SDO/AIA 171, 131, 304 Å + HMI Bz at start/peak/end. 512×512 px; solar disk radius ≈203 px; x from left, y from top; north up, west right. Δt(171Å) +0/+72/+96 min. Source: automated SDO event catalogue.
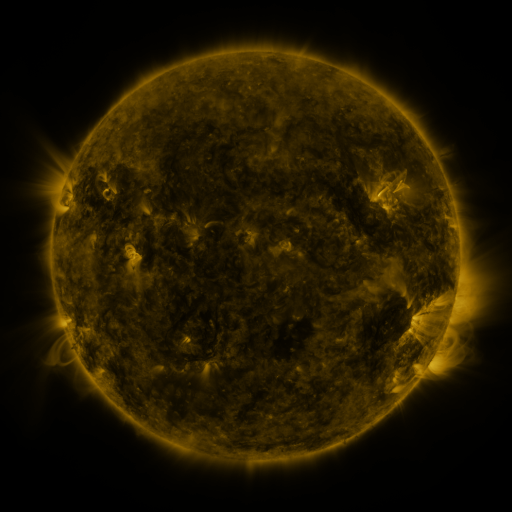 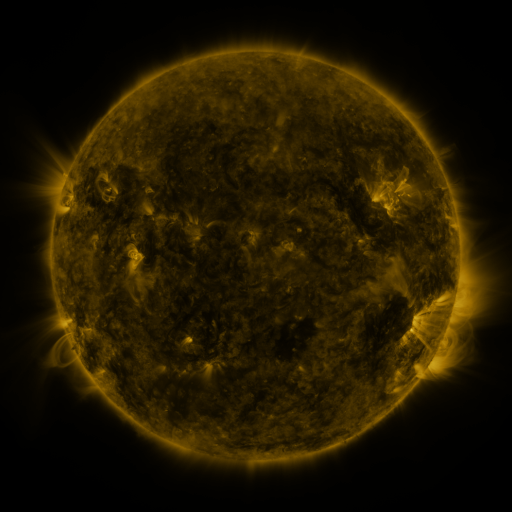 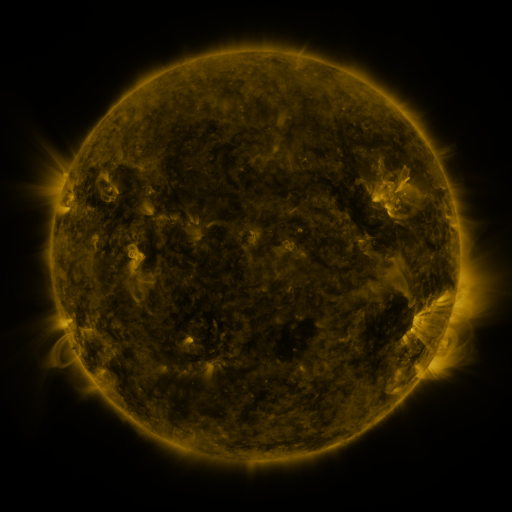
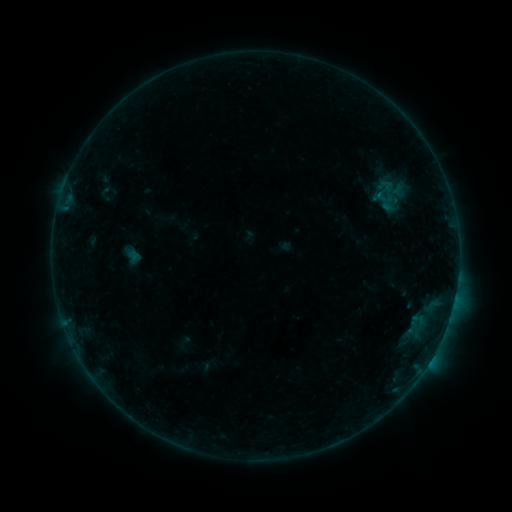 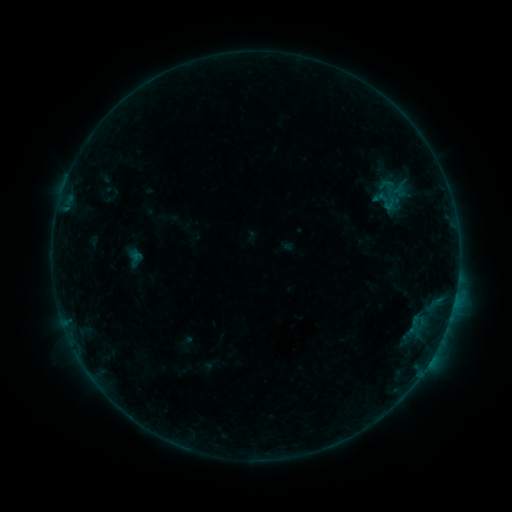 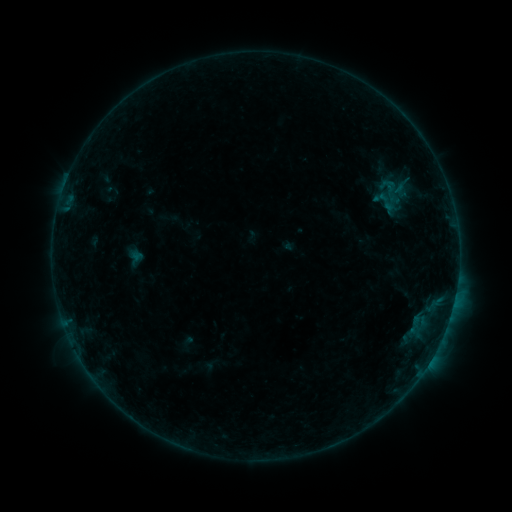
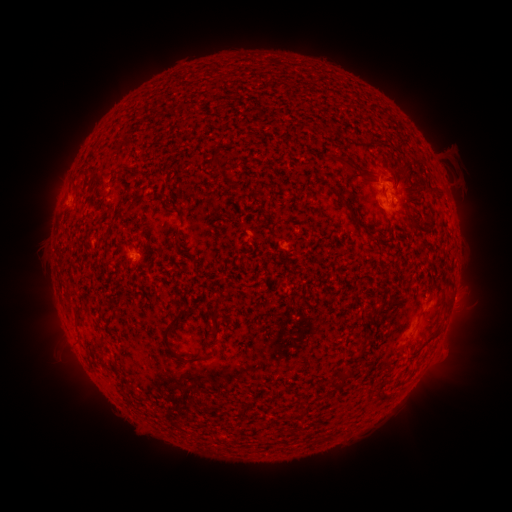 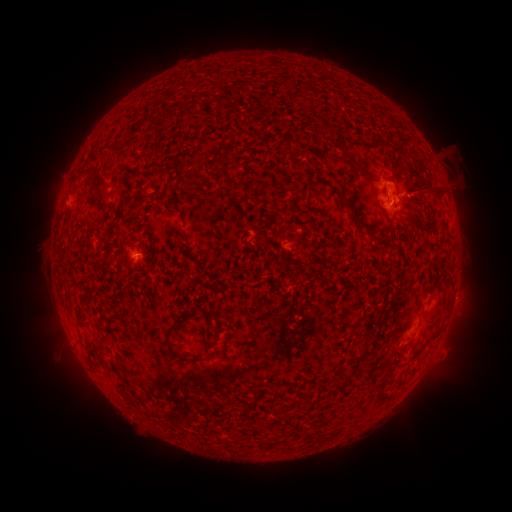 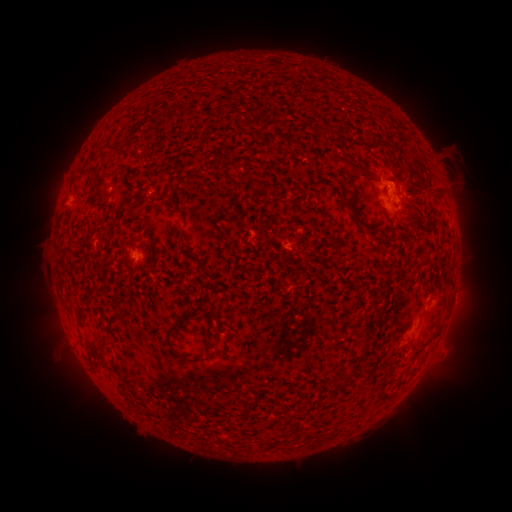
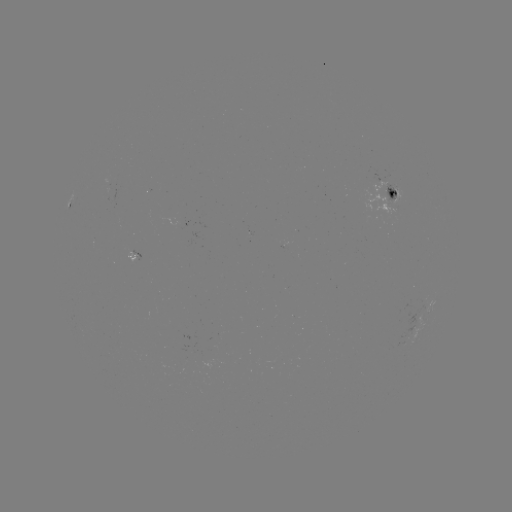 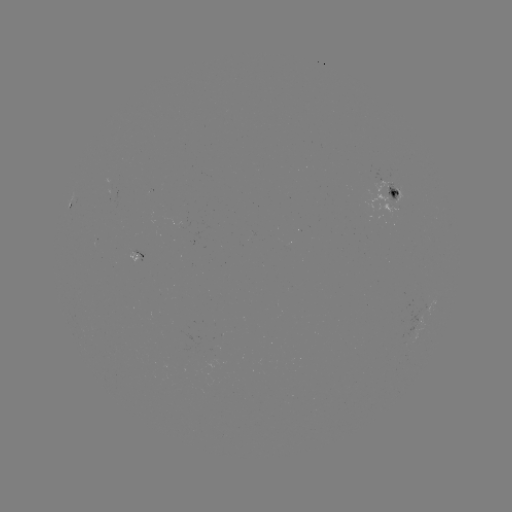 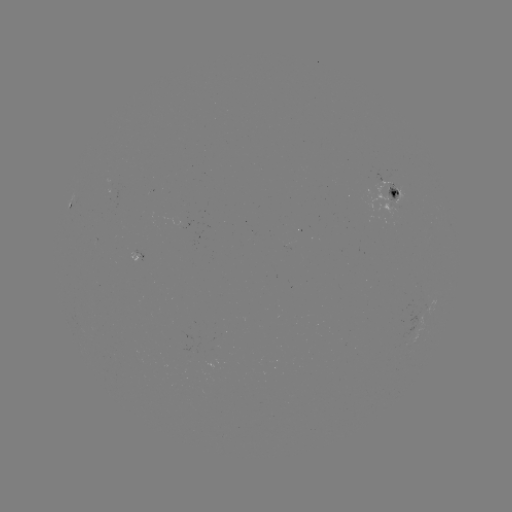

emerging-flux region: (166, 216, 192, 229)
